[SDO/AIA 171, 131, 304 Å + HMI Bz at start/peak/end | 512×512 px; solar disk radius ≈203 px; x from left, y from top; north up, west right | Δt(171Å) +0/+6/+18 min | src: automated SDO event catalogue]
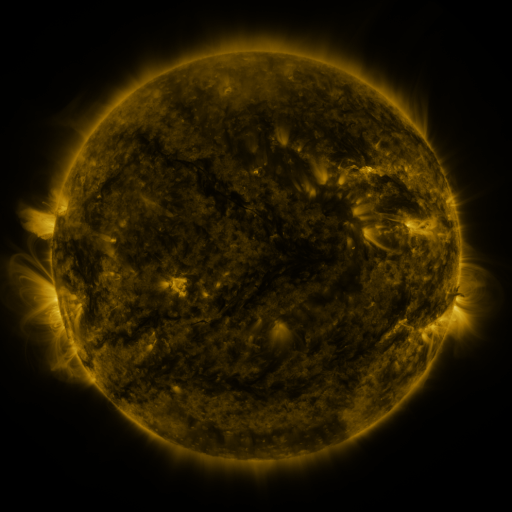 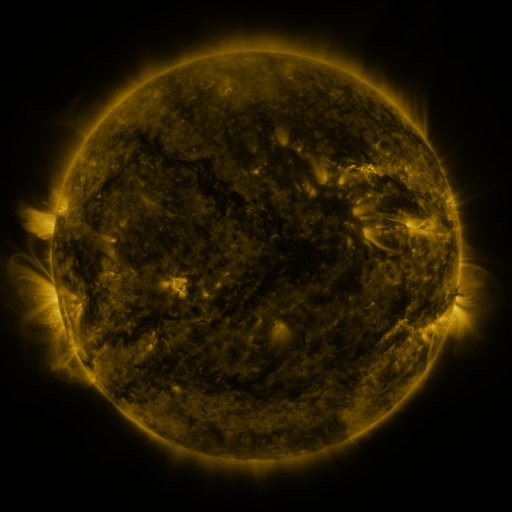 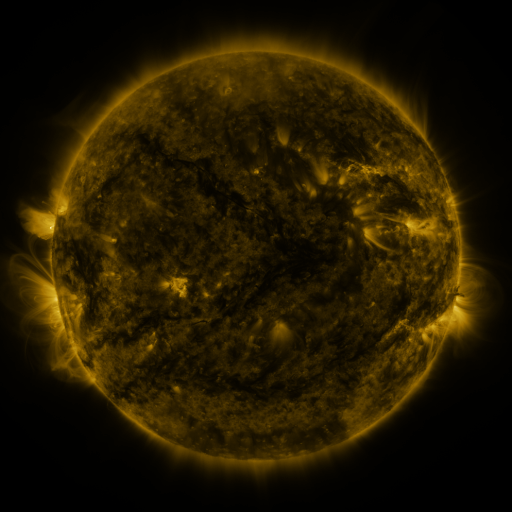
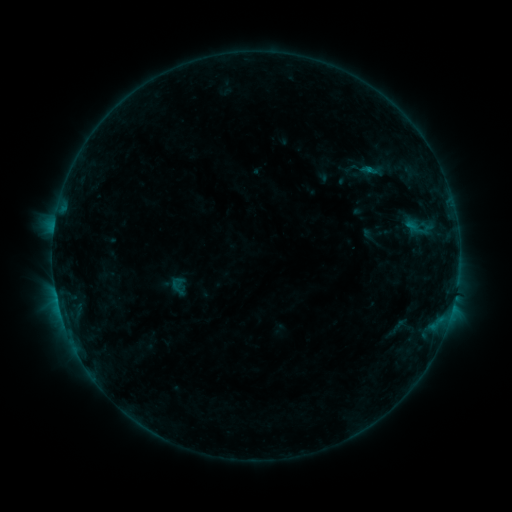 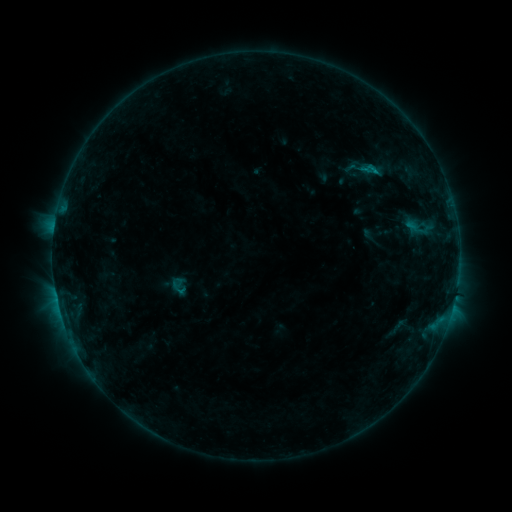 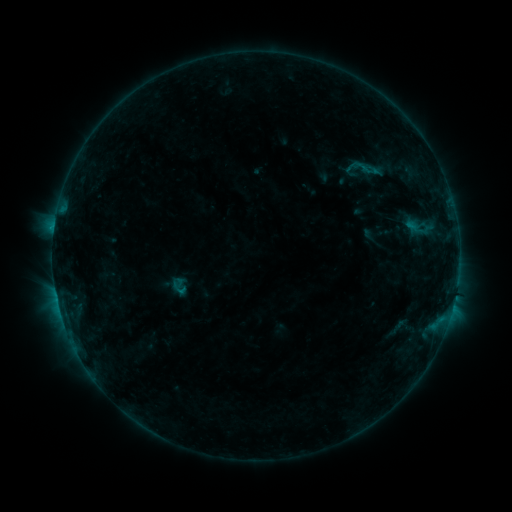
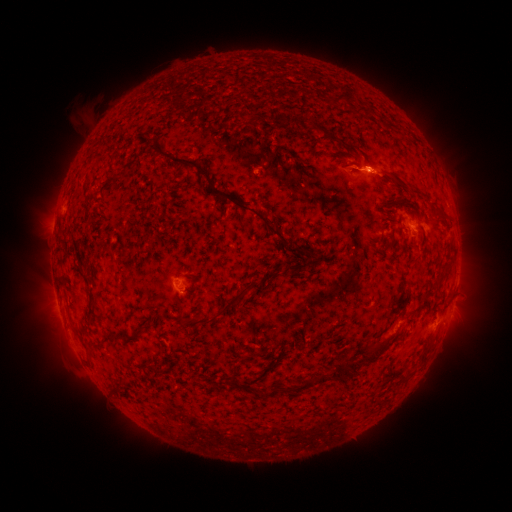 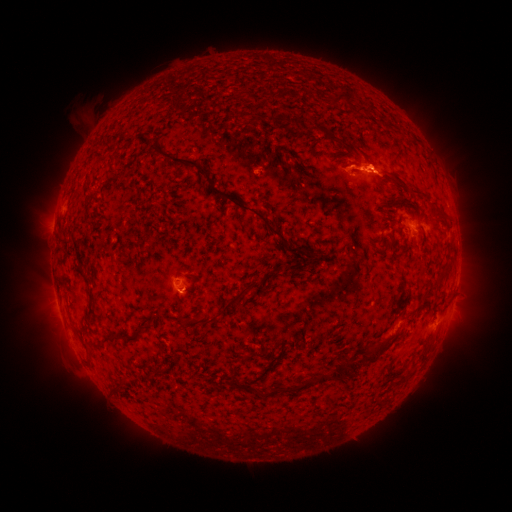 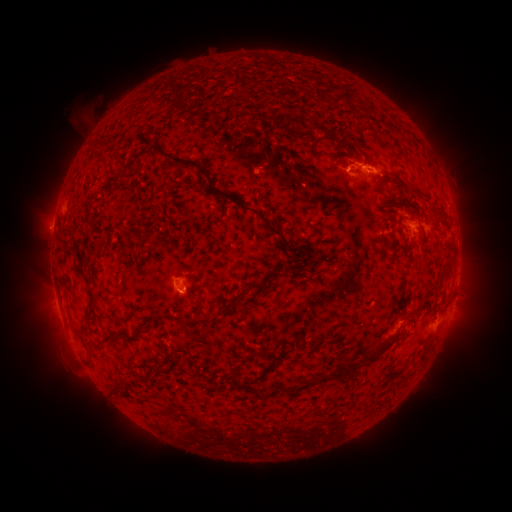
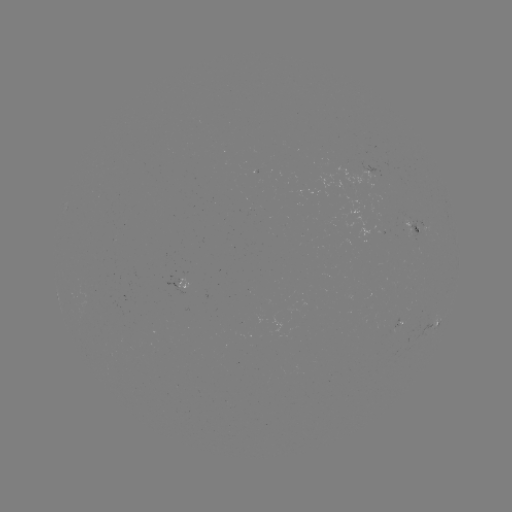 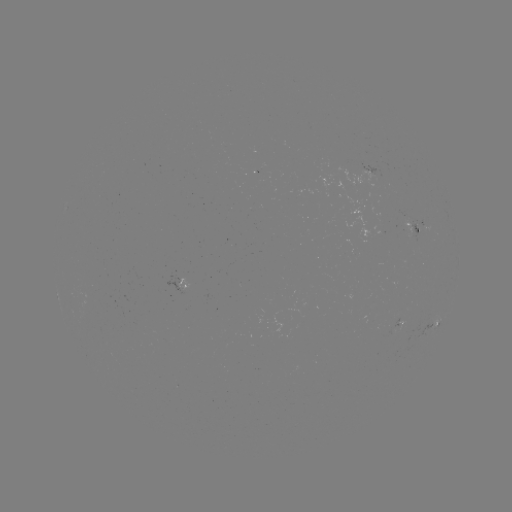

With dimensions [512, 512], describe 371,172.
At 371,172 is B5.2 flare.